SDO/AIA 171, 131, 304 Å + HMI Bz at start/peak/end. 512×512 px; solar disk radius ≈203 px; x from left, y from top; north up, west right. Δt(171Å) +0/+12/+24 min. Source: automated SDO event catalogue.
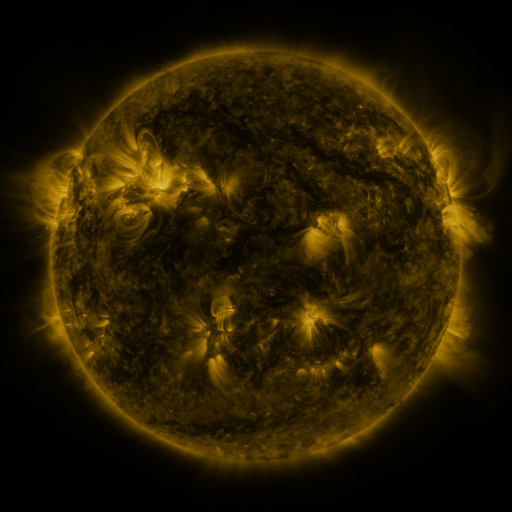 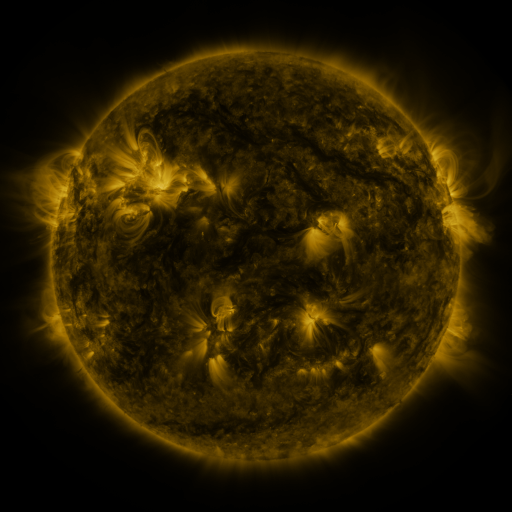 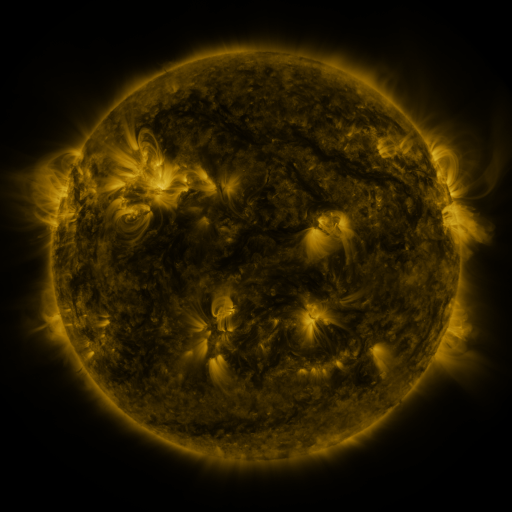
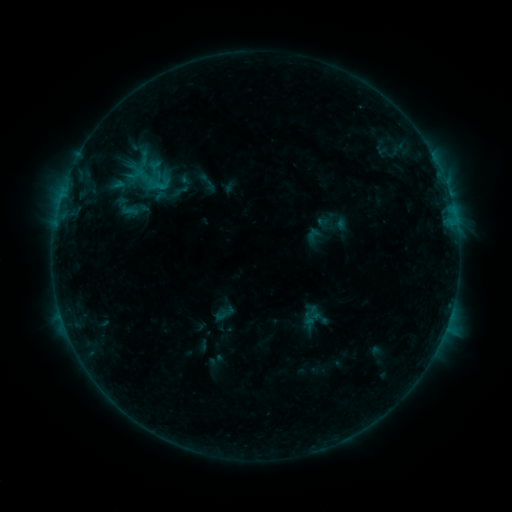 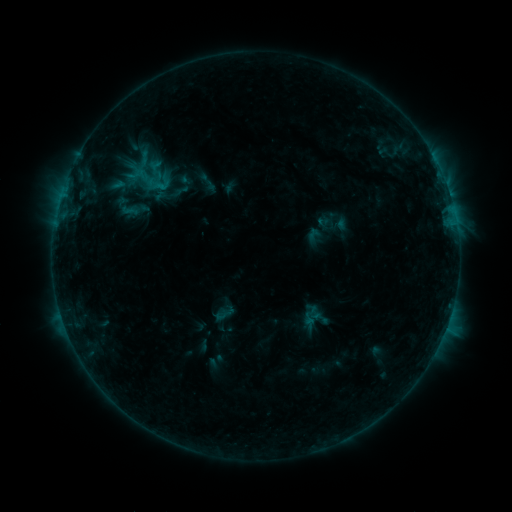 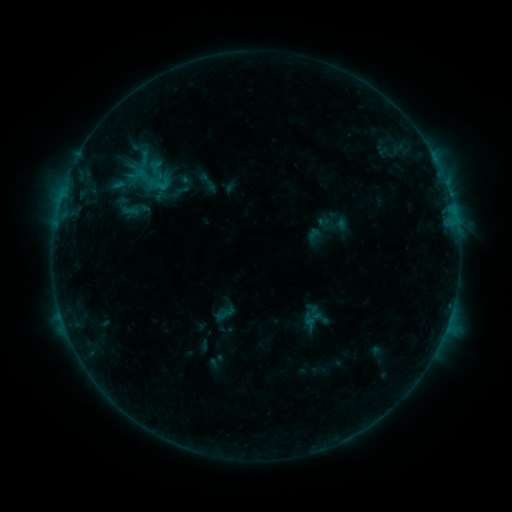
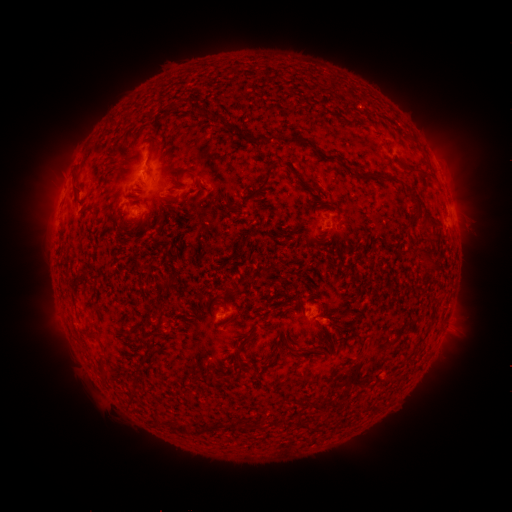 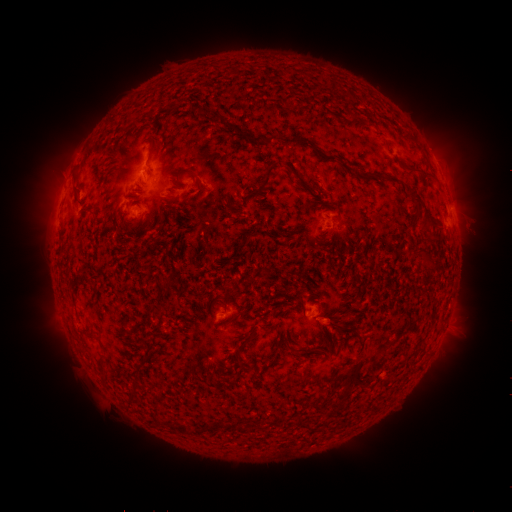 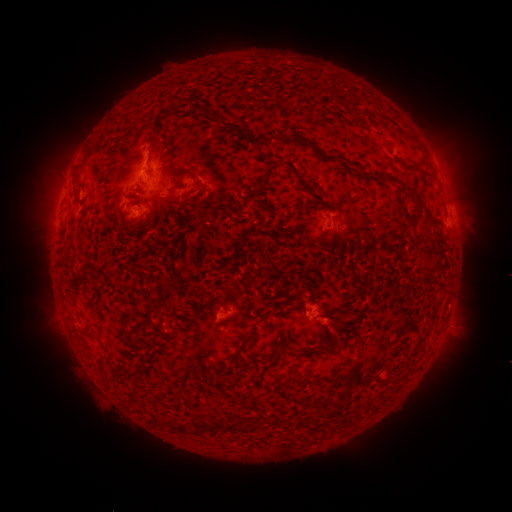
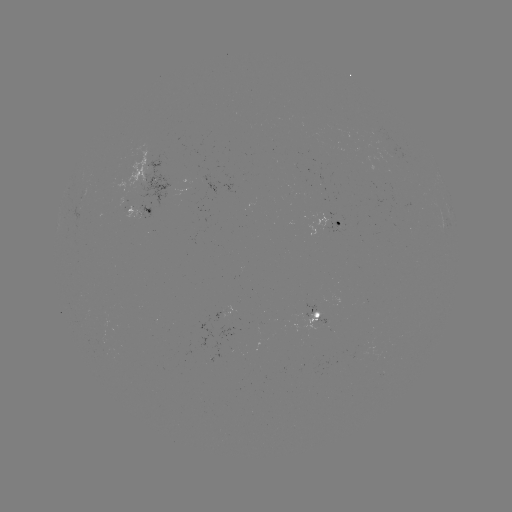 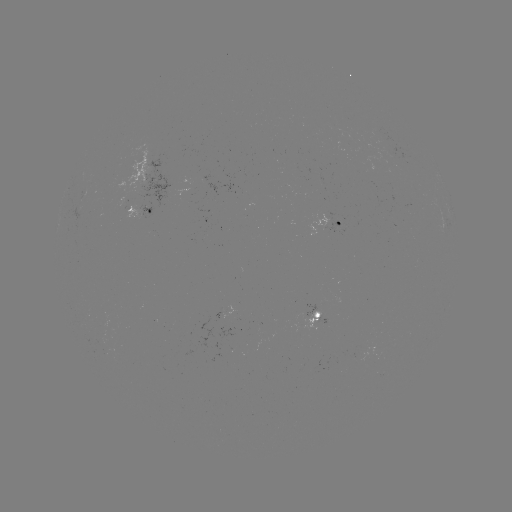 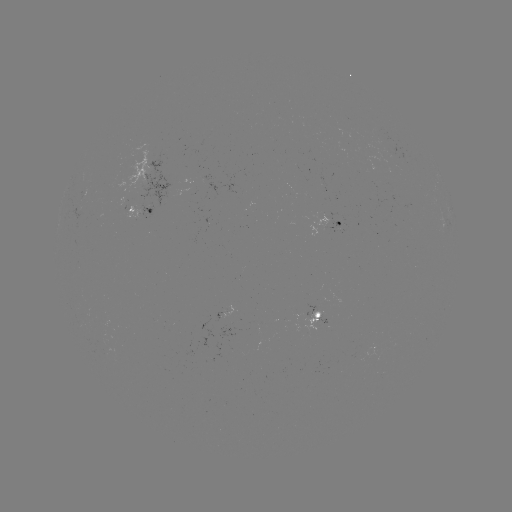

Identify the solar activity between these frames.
nothing was catalogued: no classed flare, no EUV trigger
